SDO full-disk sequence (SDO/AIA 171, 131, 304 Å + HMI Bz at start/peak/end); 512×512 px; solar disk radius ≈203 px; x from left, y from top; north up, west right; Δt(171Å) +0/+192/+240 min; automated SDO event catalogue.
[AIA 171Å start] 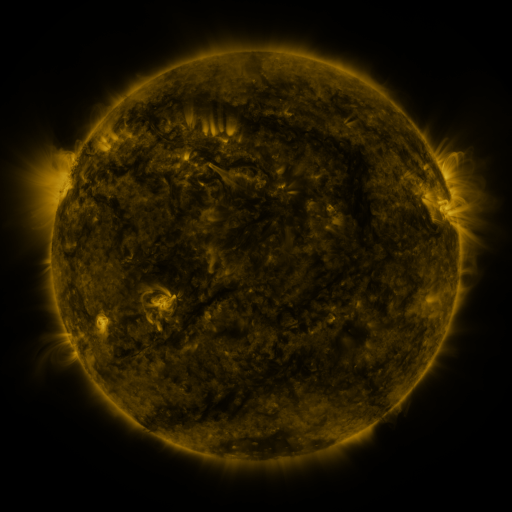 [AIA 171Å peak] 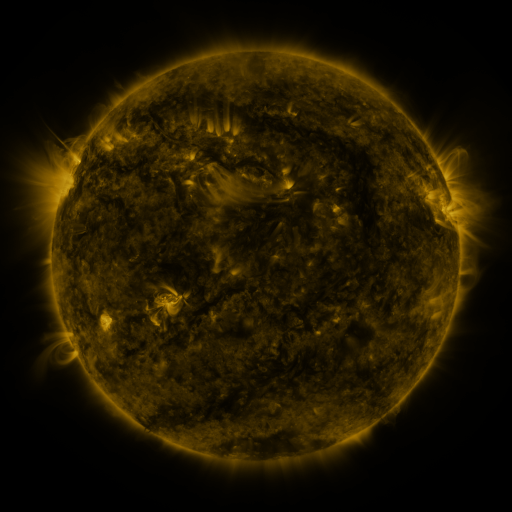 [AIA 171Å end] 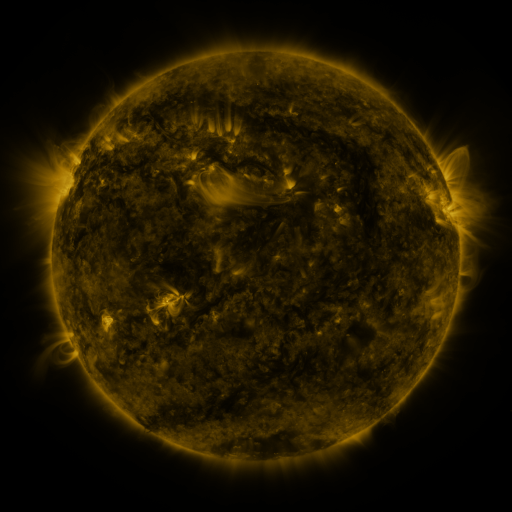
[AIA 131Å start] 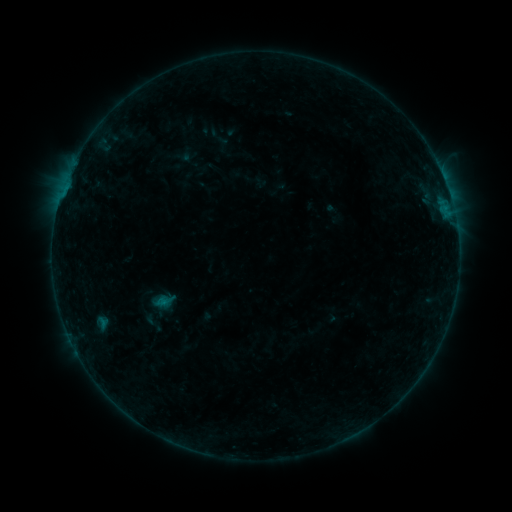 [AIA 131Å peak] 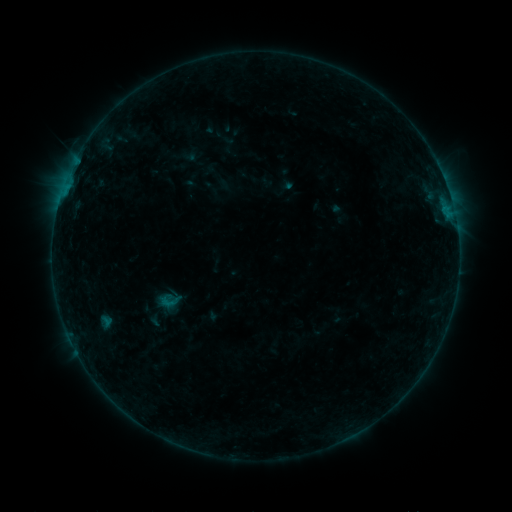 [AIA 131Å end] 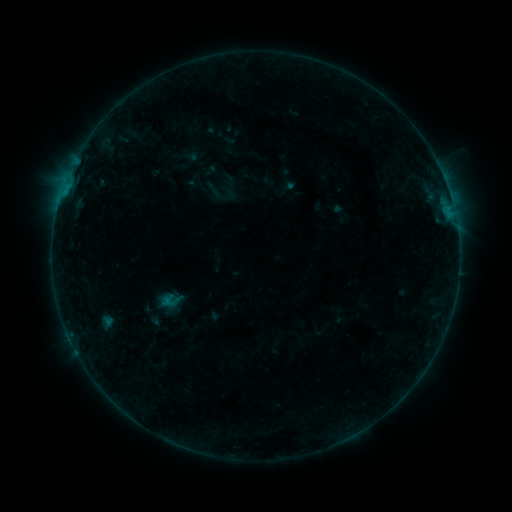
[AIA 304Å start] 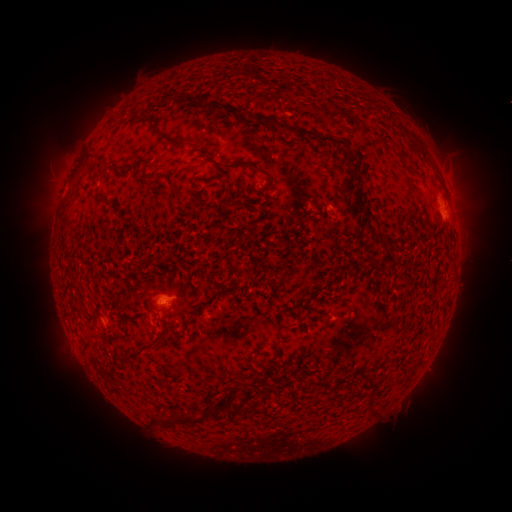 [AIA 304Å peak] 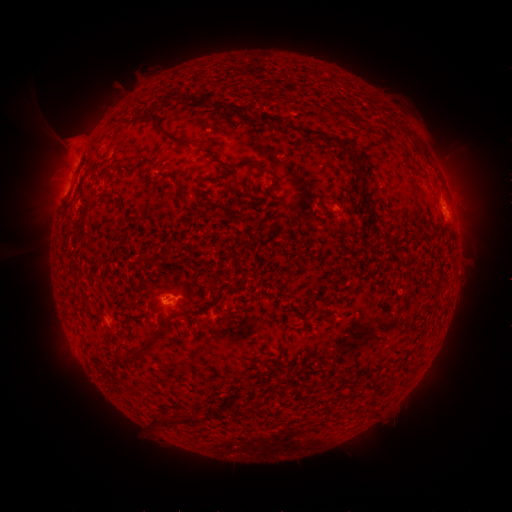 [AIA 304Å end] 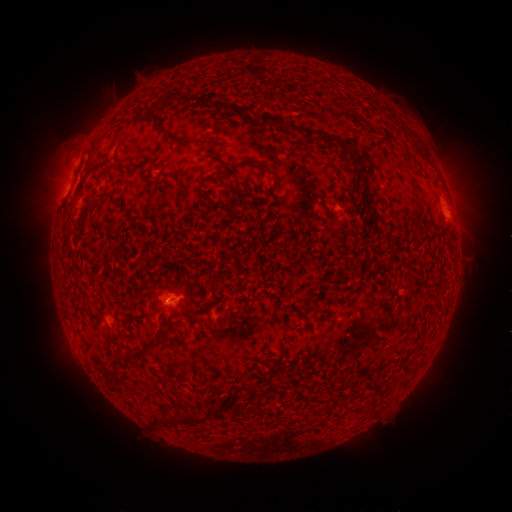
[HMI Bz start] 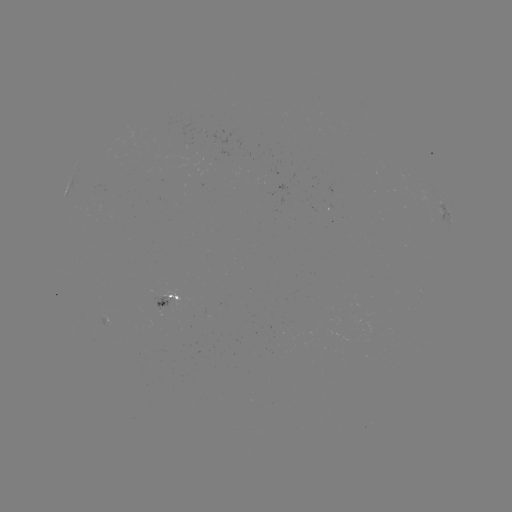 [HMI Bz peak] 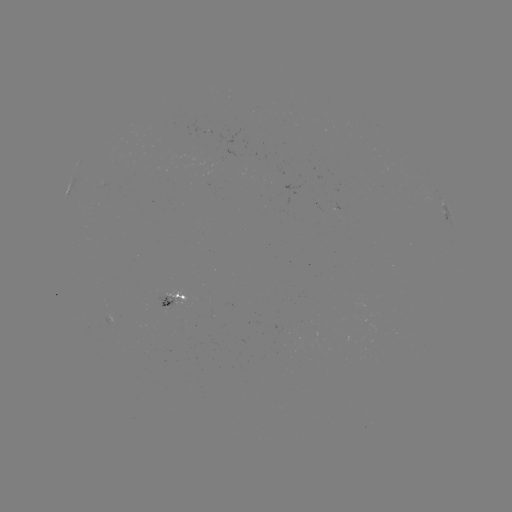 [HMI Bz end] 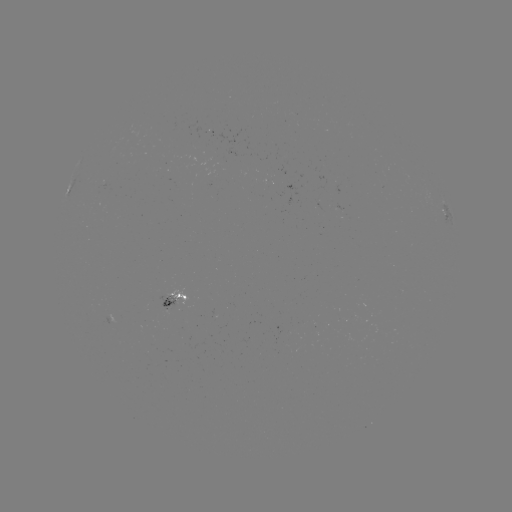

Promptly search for B3.7 flare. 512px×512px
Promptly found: (77, 163).